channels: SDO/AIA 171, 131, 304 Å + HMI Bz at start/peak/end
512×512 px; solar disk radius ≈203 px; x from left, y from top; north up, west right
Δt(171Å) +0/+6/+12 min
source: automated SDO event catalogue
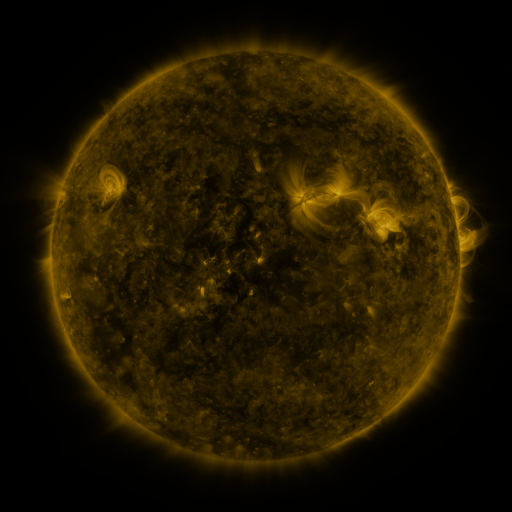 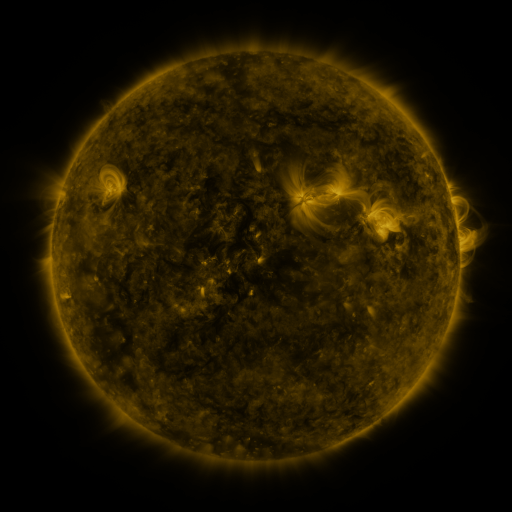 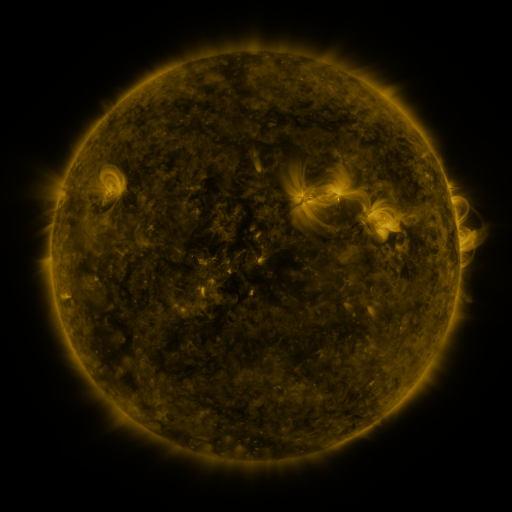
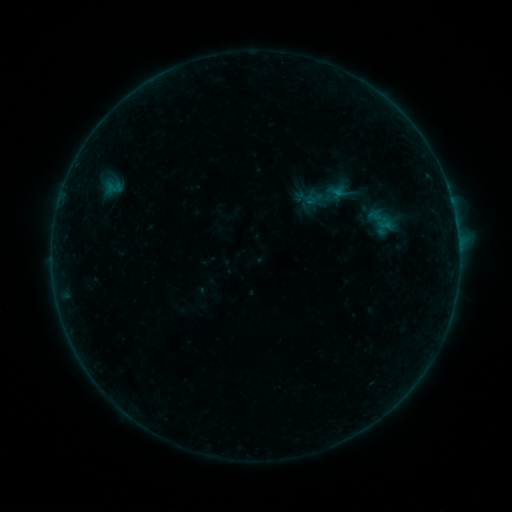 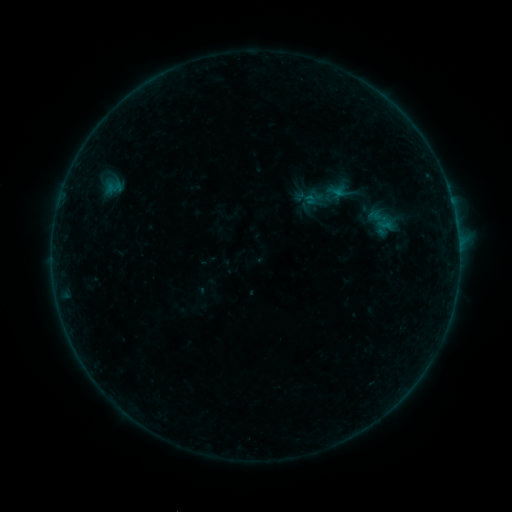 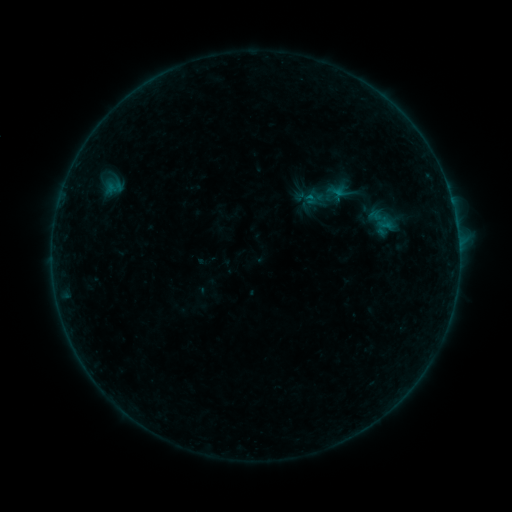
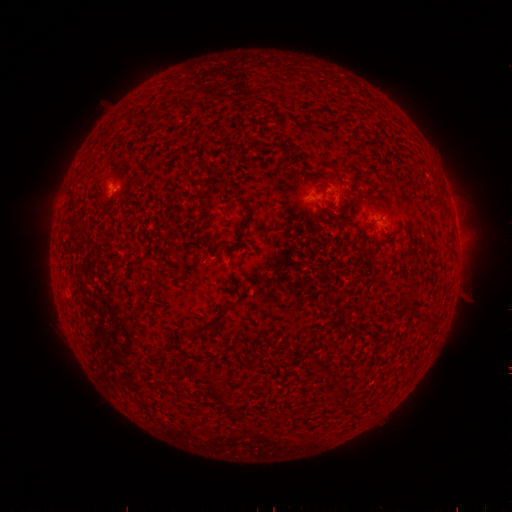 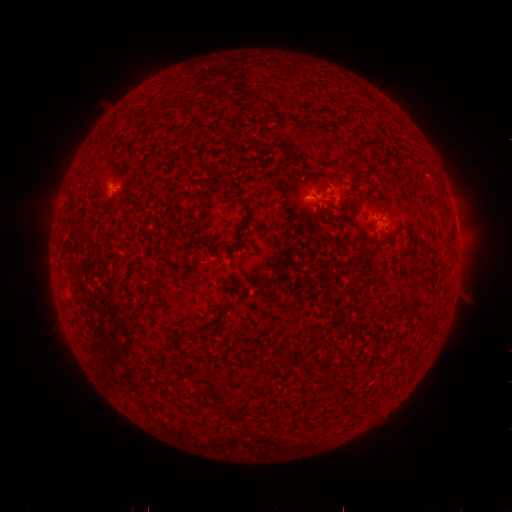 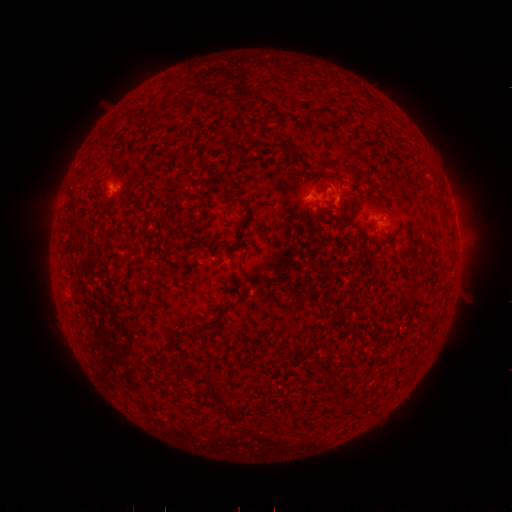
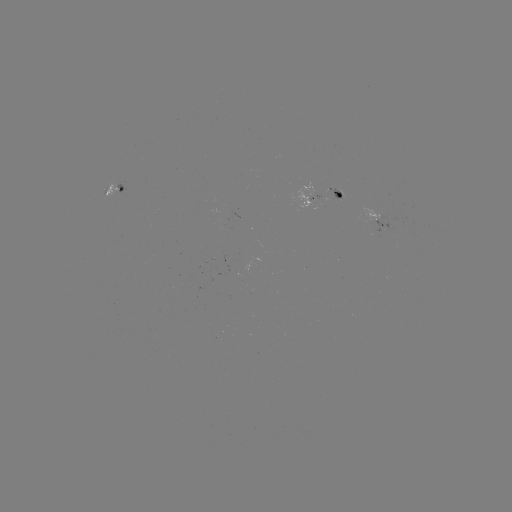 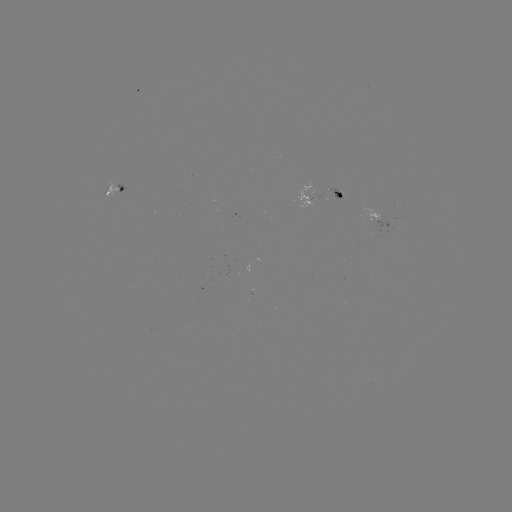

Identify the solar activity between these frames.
B2.2 flare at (307, 198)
